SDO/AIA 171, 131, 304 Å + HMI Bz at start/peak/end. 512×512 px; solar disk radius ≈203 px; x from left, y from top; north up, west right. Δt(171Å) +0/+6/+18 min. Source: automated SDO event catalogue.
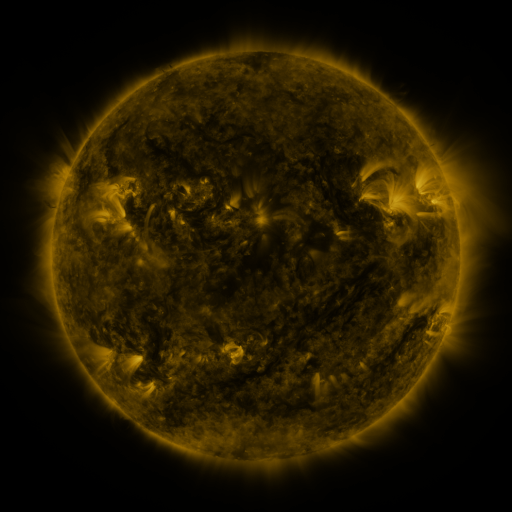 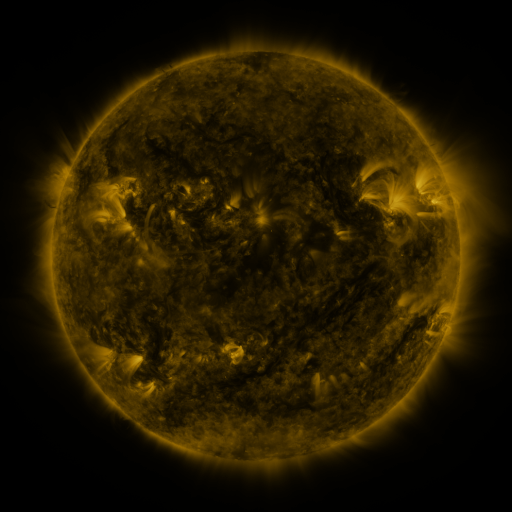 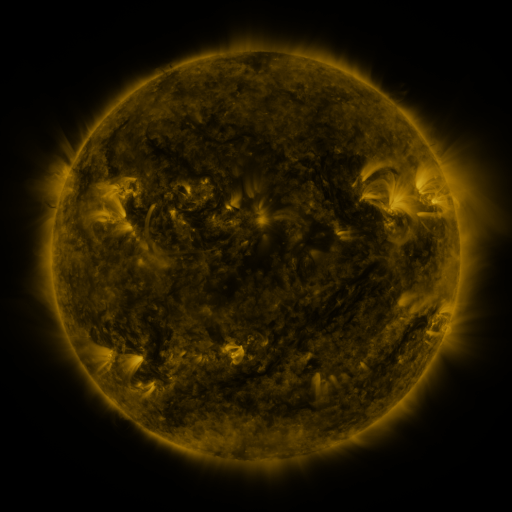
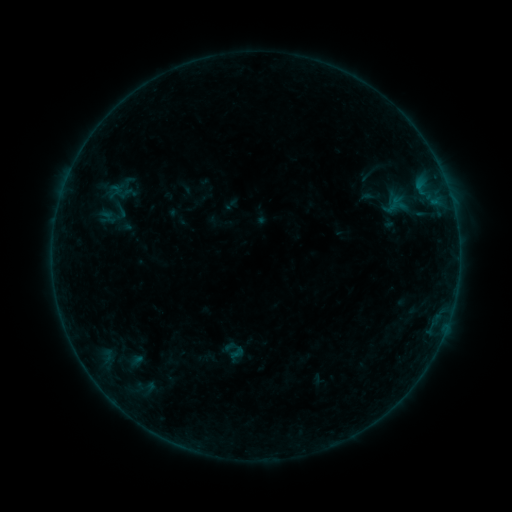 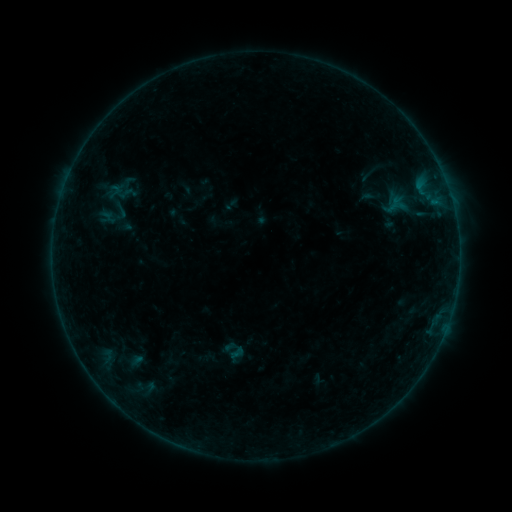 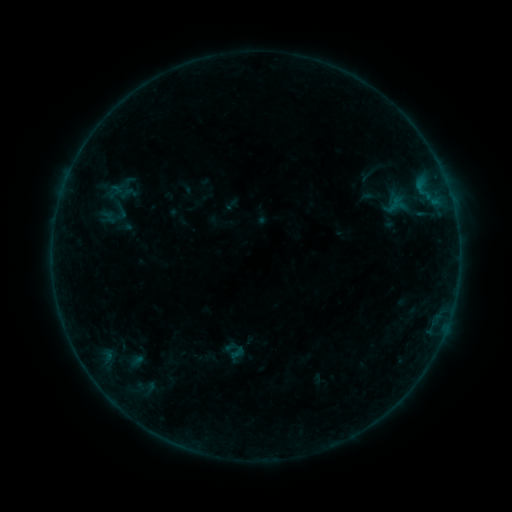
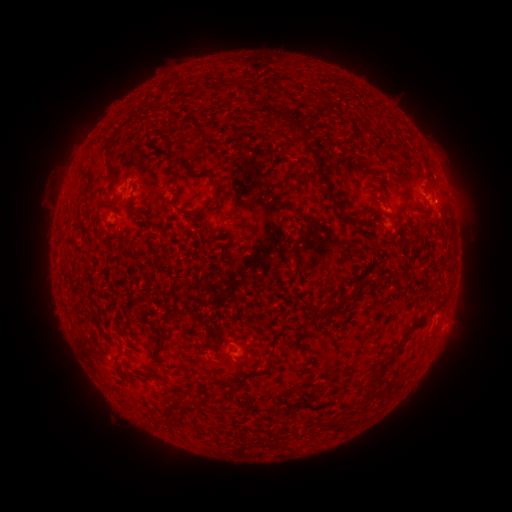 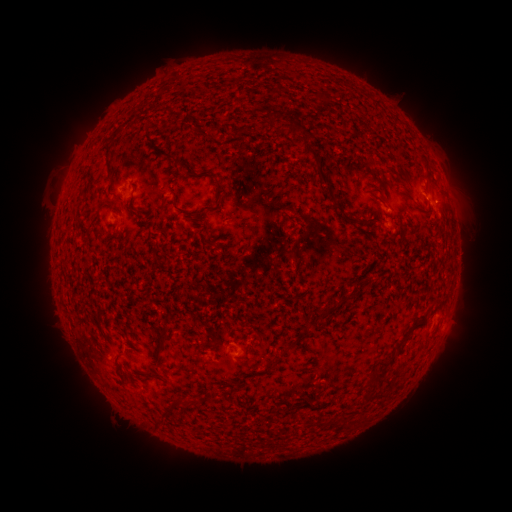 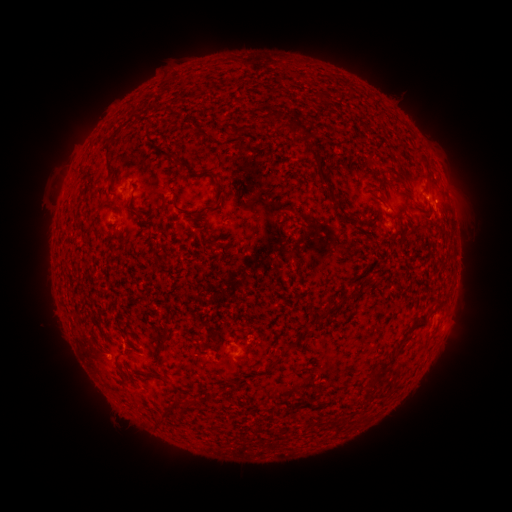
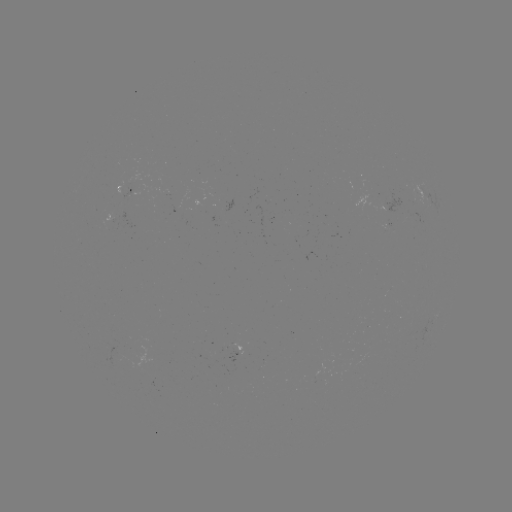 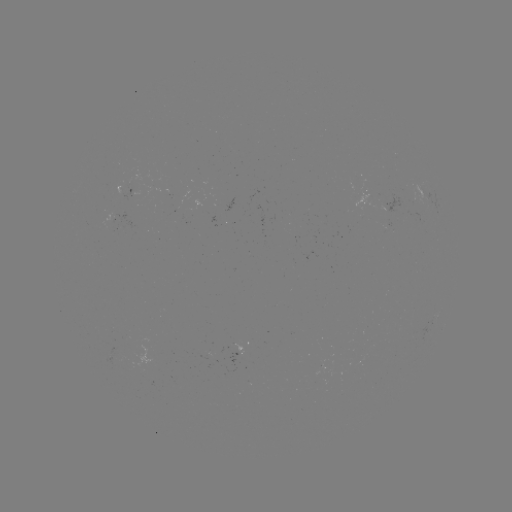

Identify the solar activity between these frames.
B1.9 flare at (108, 354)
